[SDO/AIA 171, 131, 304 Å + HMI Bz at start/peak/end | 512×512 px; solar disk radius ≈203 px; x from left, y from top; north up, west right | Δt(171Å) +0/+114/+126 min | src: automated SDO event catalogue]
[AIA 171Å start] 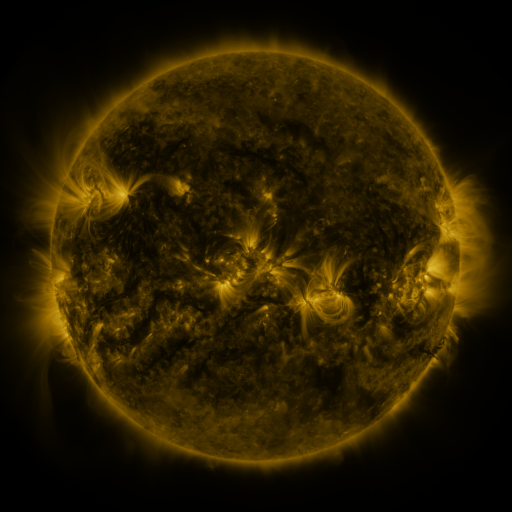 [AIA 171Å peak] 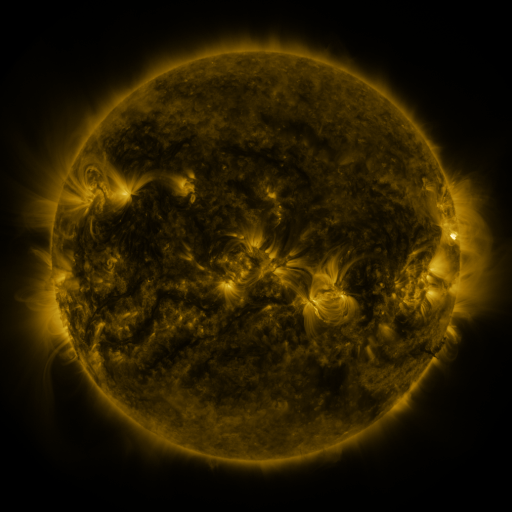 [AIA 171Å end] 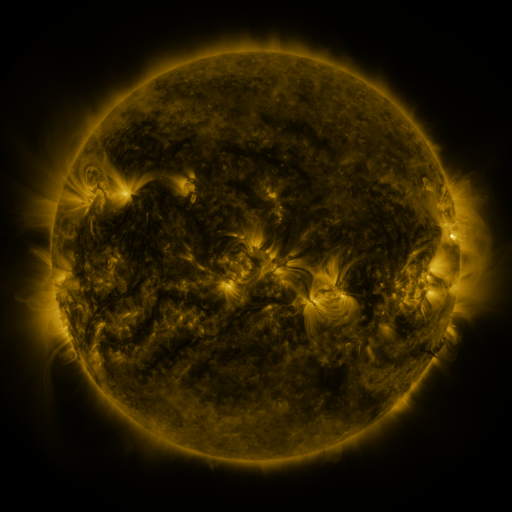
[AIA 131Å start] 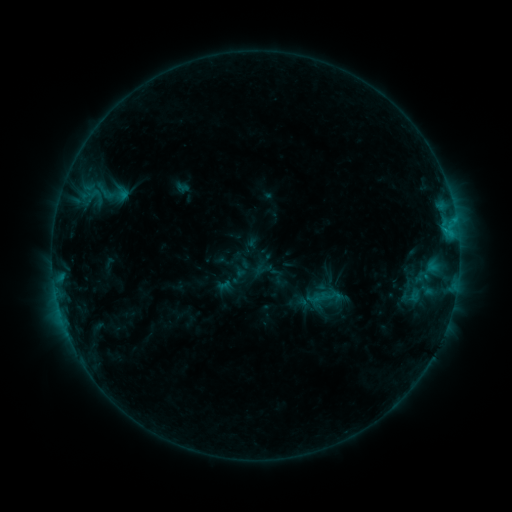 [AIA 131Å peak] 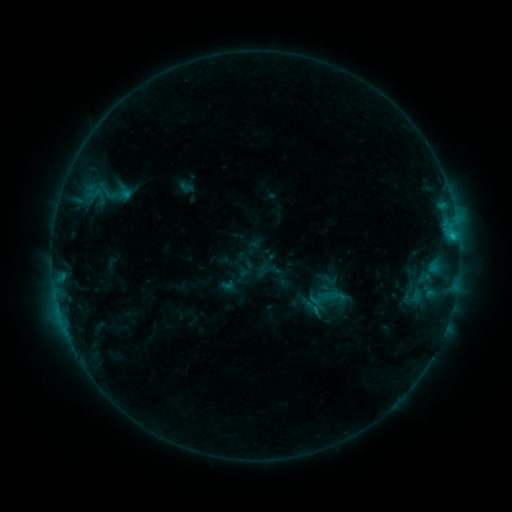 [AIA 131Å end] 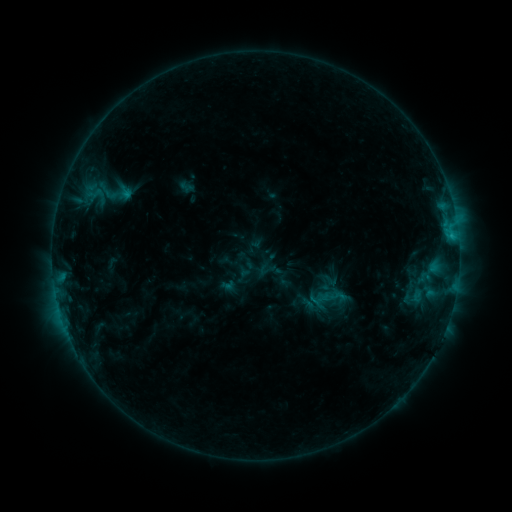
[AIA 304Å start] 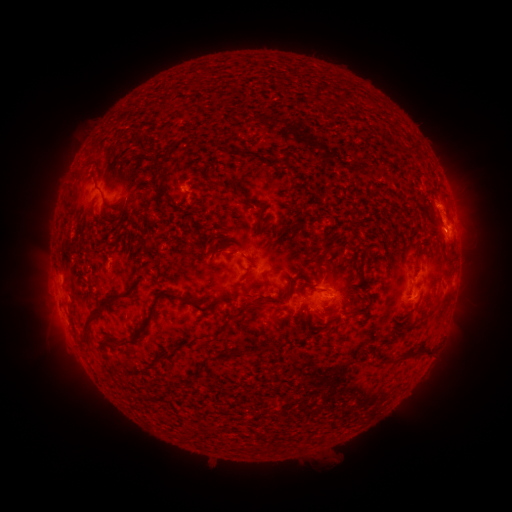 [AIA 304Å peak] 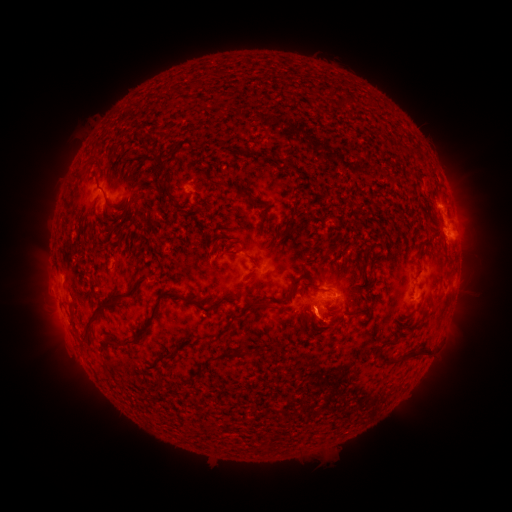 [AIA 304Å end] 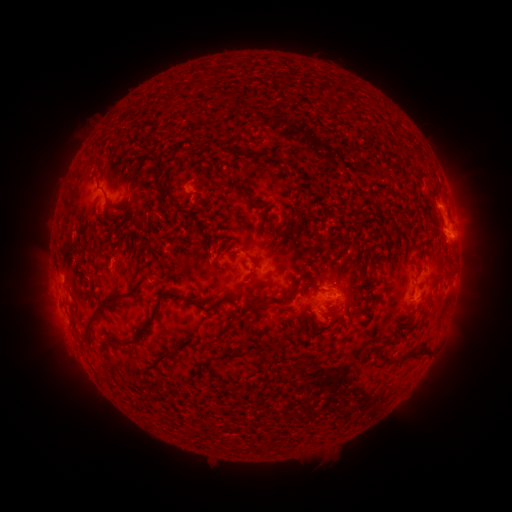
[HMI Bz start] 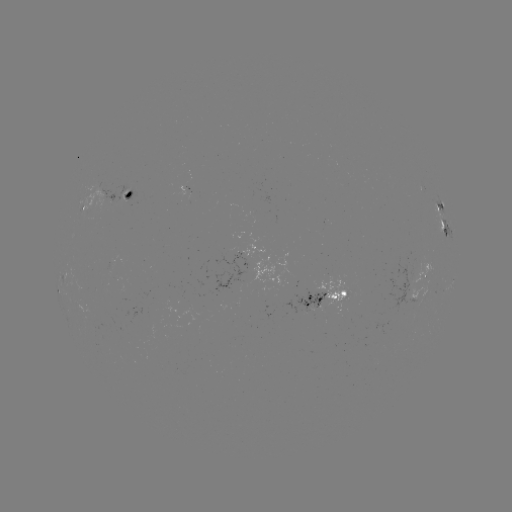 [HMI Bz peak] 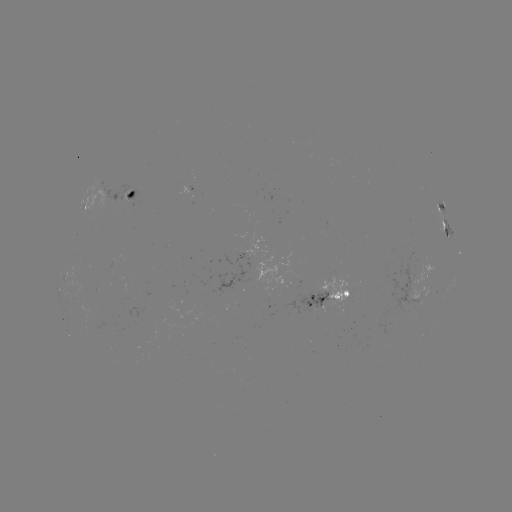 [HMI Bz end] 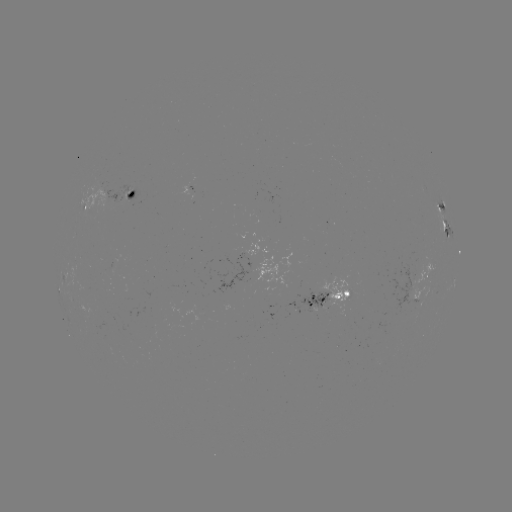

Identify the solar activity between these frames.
emerging-flux region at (98, 191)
